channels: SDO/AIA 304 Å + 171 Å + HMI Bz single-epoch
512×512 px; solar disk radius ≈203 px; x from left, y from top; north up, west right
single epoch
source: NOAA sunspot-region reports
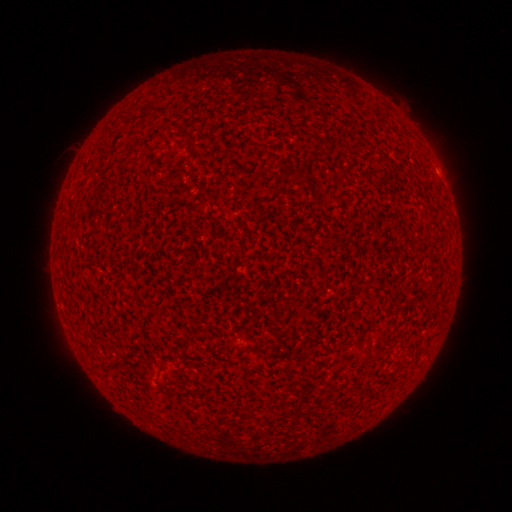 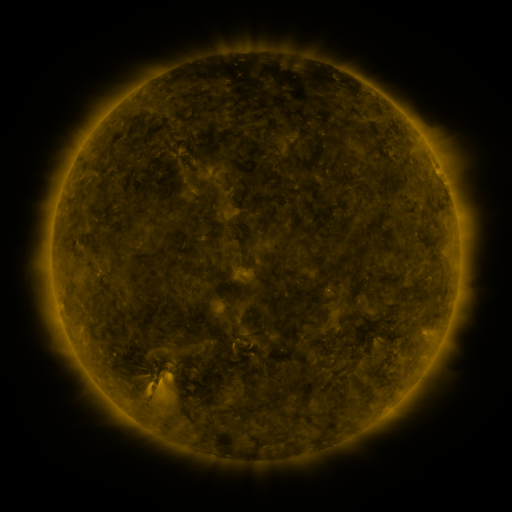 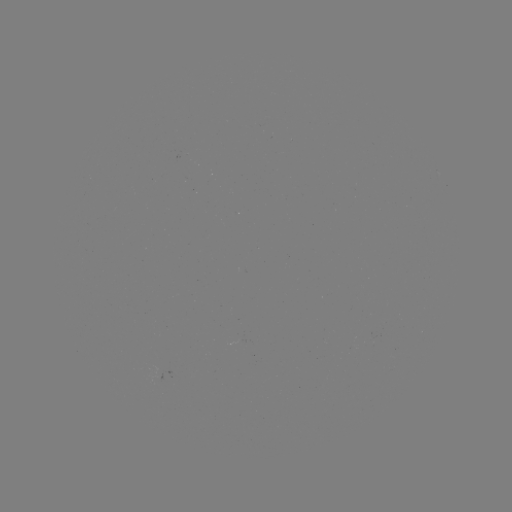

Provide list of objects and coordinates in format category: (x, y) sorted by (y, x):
(none)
